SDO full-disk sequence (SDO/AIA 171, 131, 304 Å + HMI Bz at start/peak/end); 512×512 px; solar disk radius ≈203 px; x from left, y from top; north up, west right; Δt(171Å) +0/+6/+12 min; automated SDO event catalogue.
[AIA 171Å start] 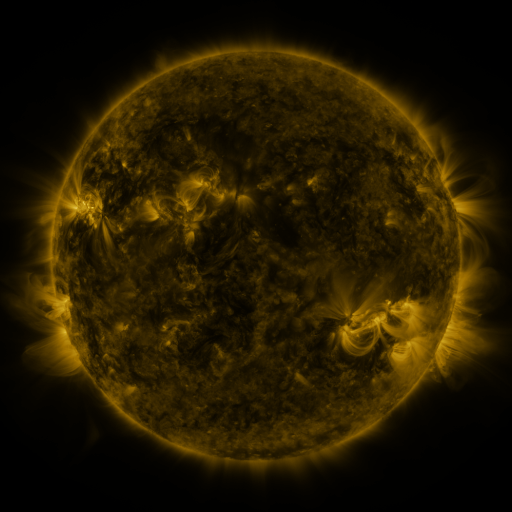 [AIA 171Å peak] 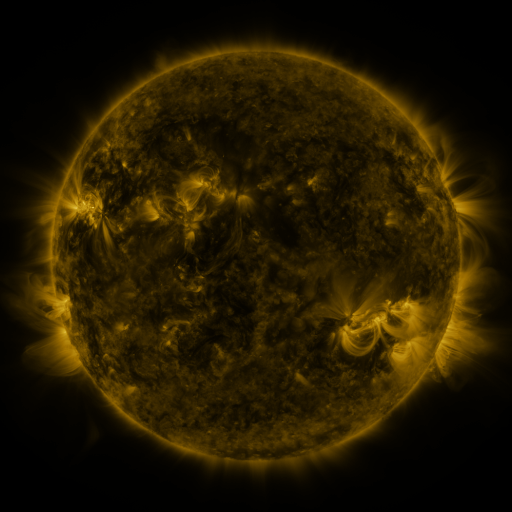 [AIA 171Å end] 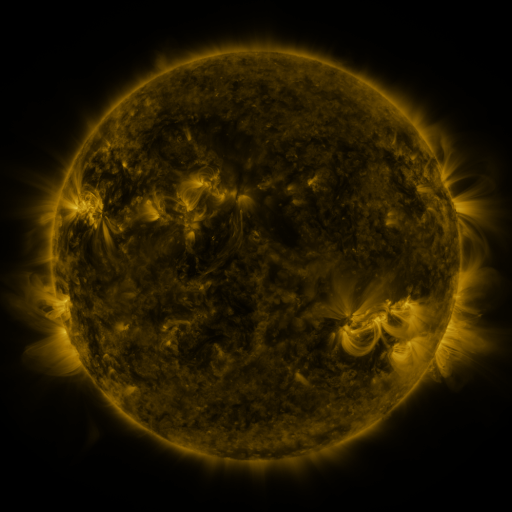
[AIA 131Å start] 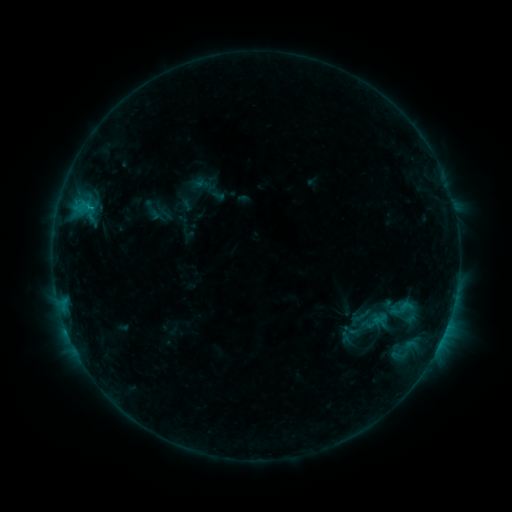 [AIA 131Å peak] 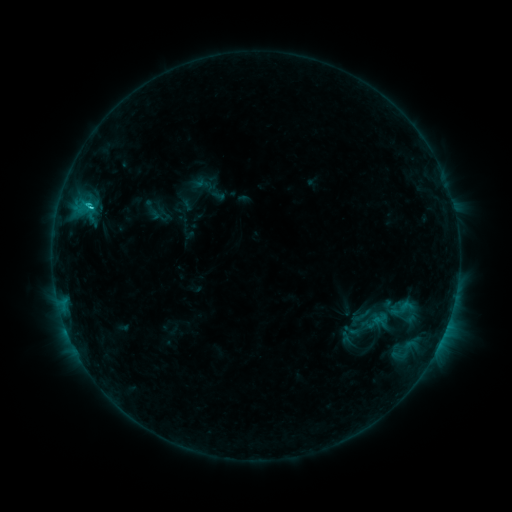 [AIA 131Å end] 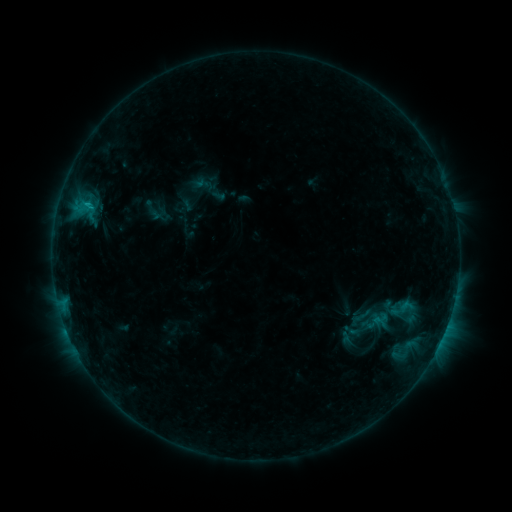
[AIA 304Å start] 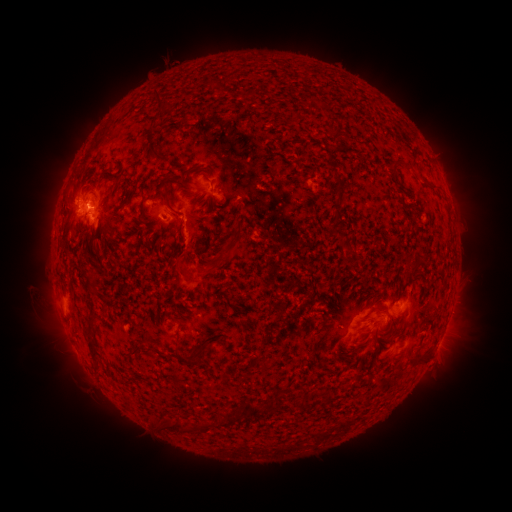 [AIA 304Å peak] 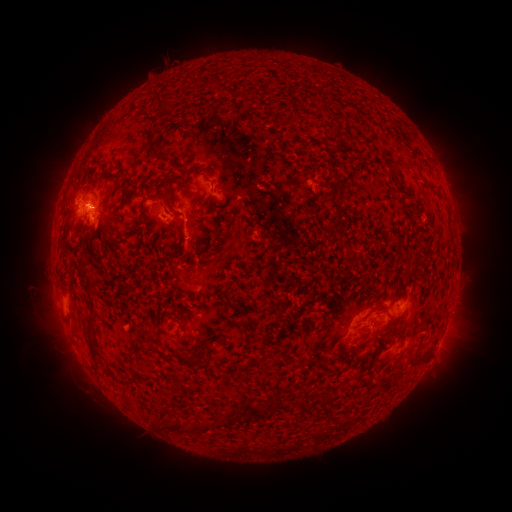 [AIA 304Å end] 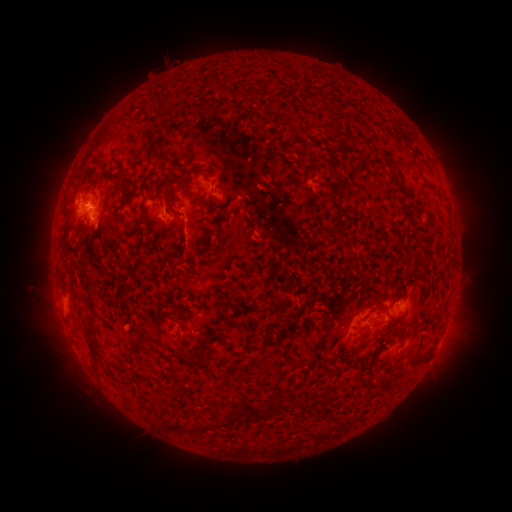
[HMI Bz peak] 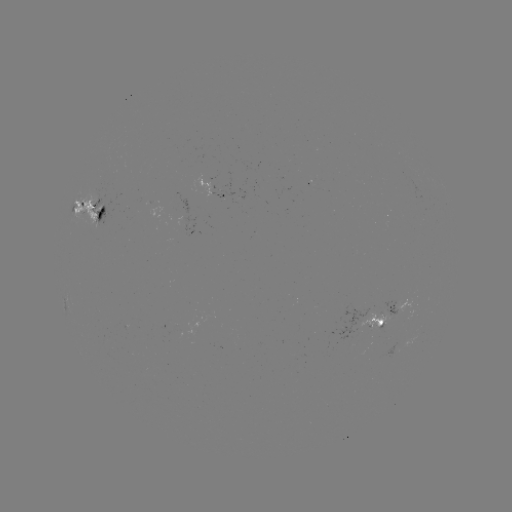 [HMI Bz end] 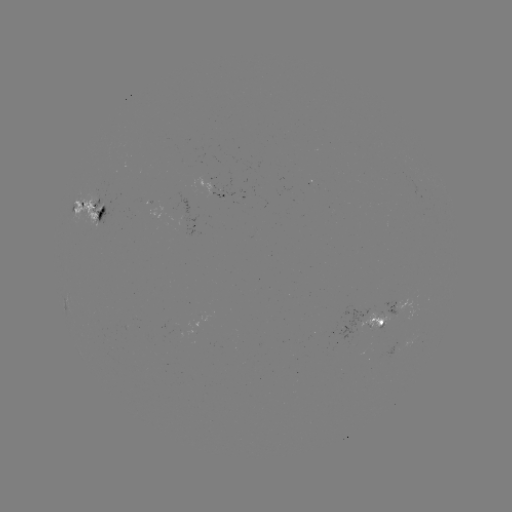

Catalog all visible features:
C1.4 flare: (92, 206)
